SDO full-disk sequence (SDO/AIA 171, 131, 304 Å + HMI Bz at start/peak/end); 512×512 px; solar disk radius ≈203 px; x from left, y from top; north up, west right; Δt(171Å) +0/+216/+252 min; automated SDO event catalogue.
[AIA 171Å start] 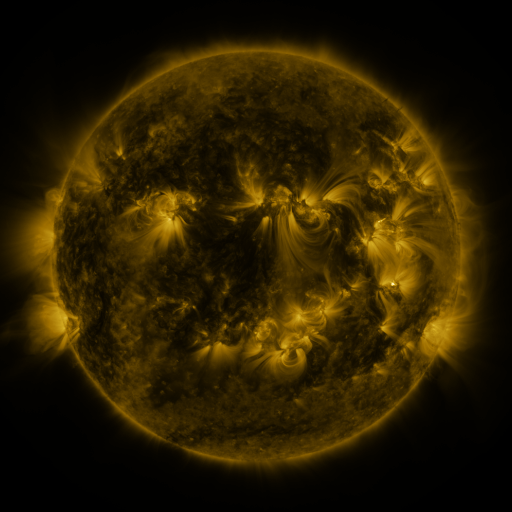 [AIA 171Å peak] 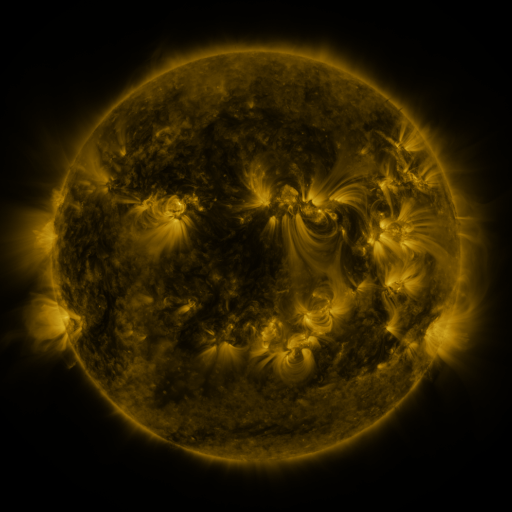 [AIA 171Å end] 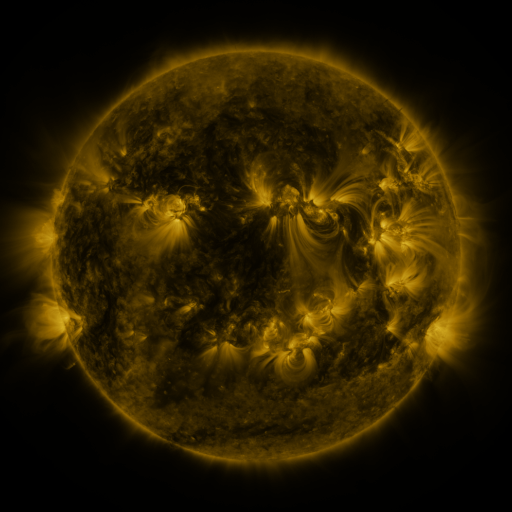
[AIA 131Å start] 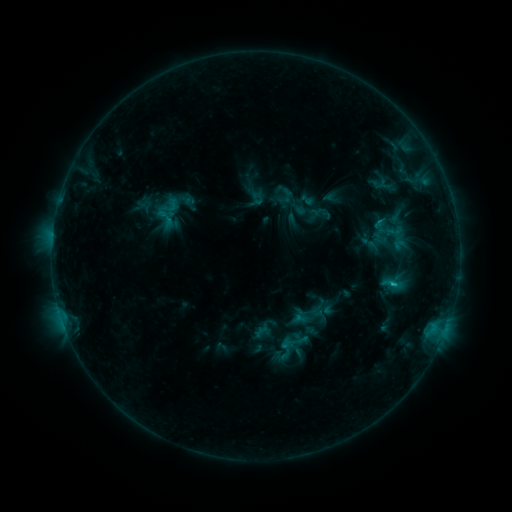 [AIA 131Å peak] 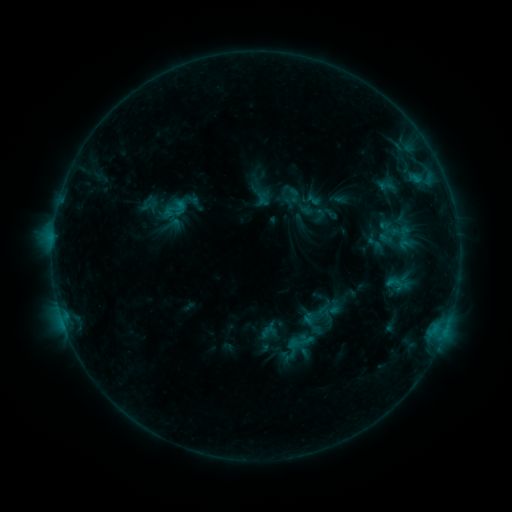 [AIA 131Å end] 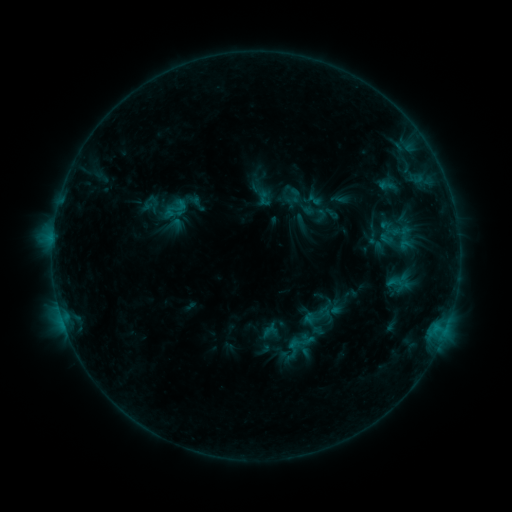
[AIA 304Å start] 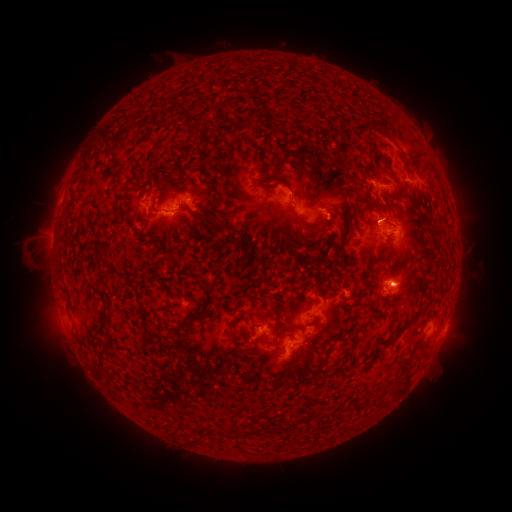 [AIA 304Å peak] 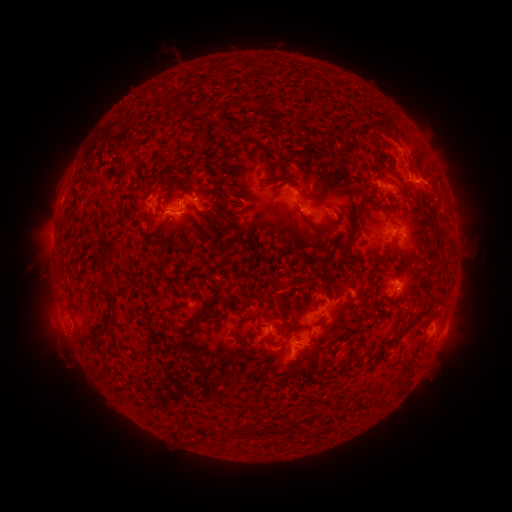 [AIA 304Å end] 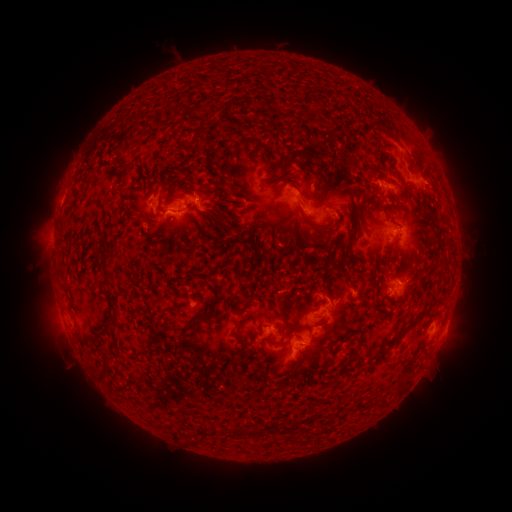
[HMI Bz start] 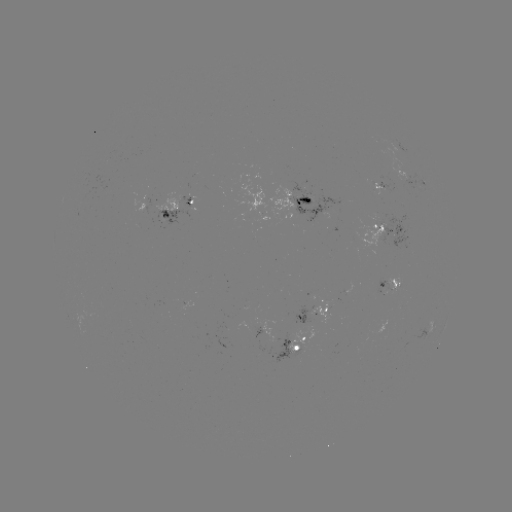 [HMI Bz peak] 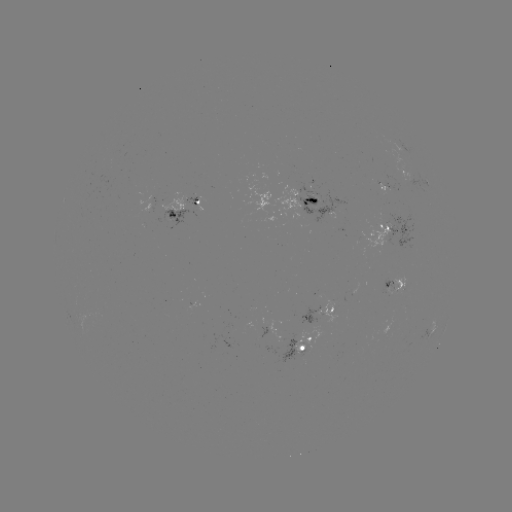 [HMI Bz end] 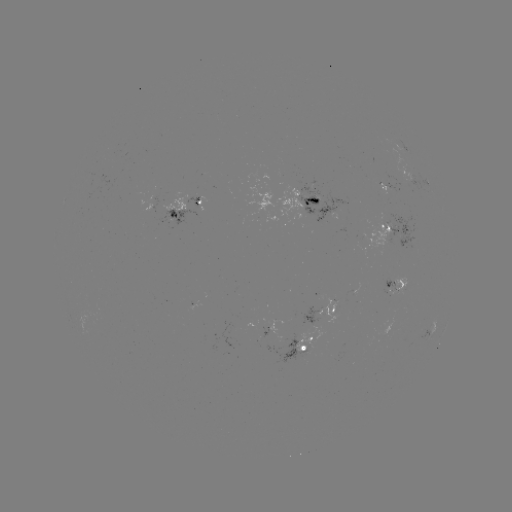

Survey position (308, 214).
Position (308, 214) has emerging-flux region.